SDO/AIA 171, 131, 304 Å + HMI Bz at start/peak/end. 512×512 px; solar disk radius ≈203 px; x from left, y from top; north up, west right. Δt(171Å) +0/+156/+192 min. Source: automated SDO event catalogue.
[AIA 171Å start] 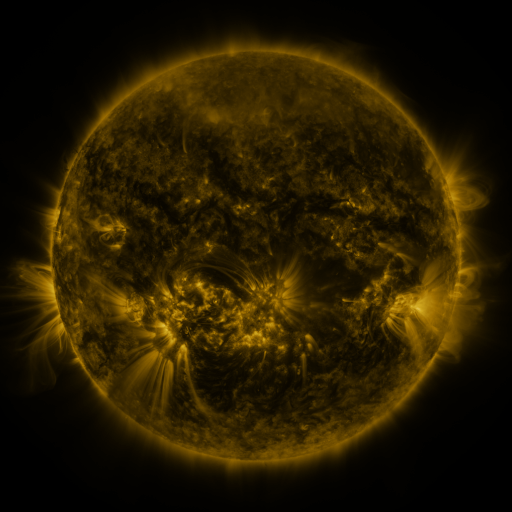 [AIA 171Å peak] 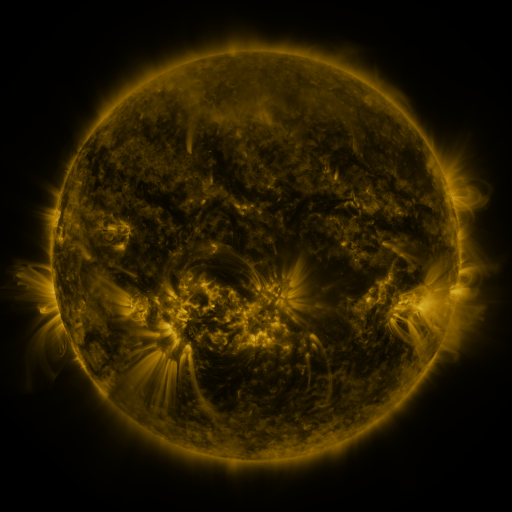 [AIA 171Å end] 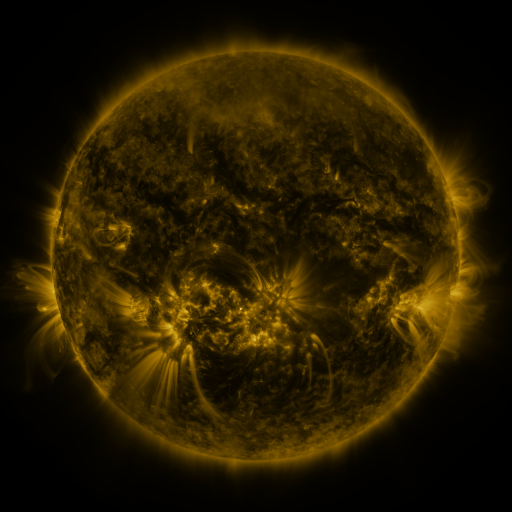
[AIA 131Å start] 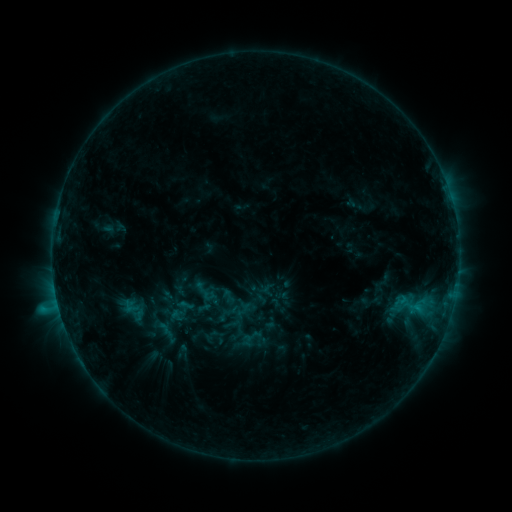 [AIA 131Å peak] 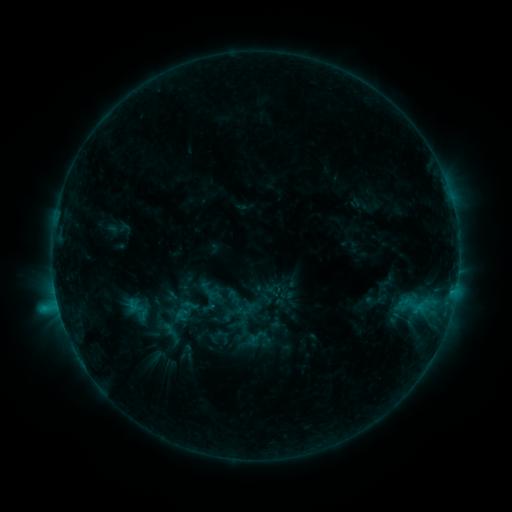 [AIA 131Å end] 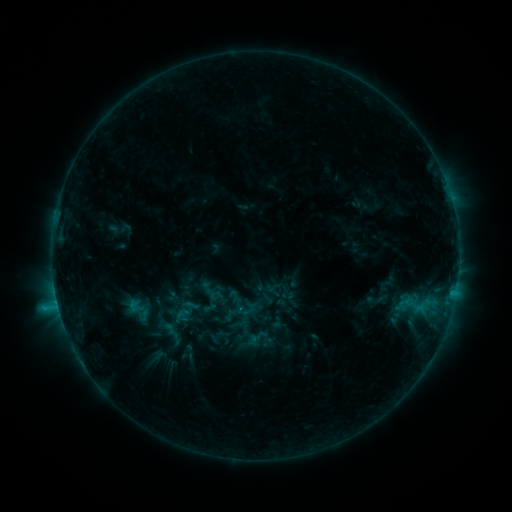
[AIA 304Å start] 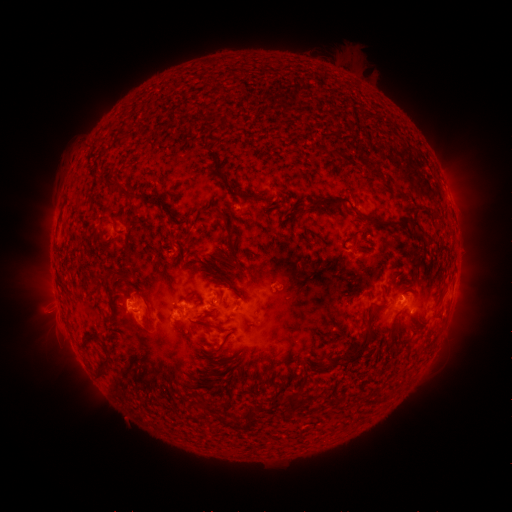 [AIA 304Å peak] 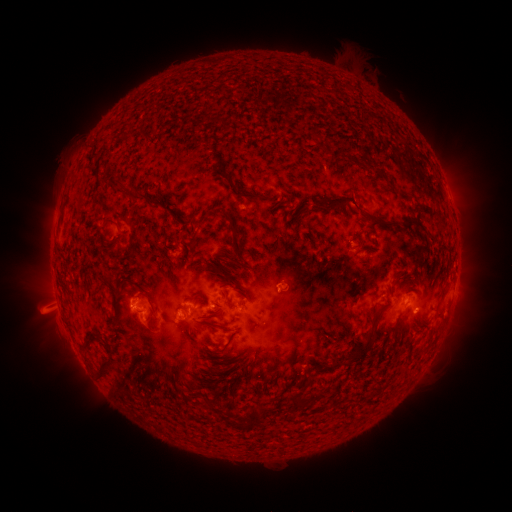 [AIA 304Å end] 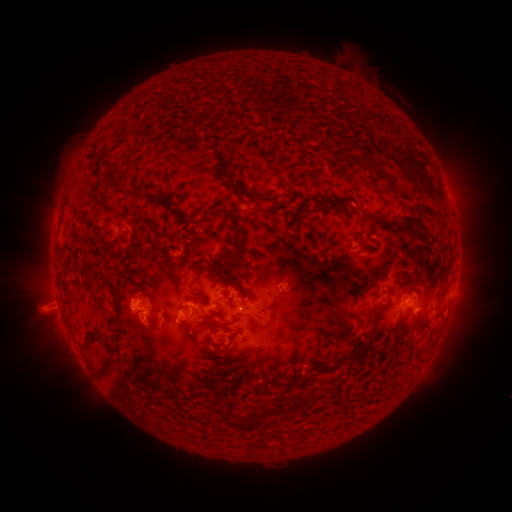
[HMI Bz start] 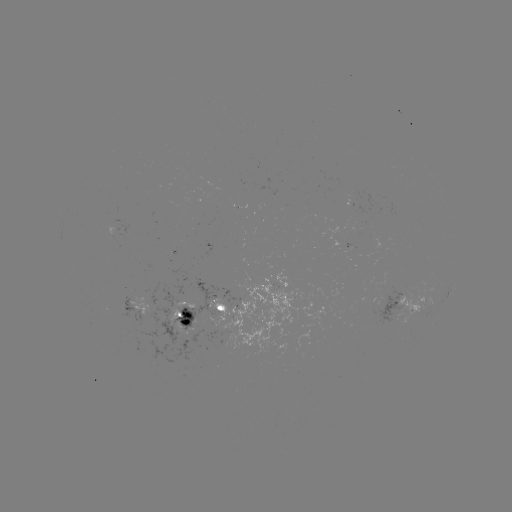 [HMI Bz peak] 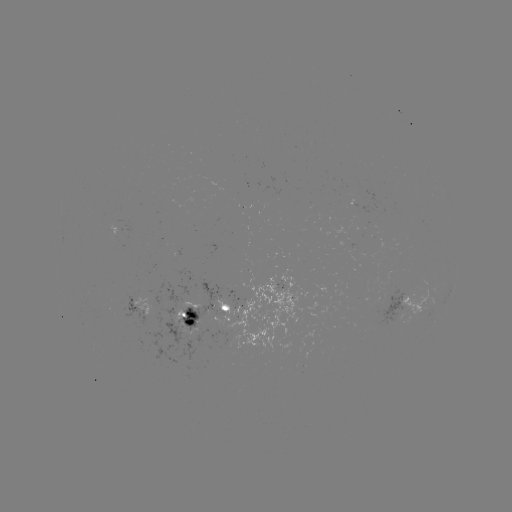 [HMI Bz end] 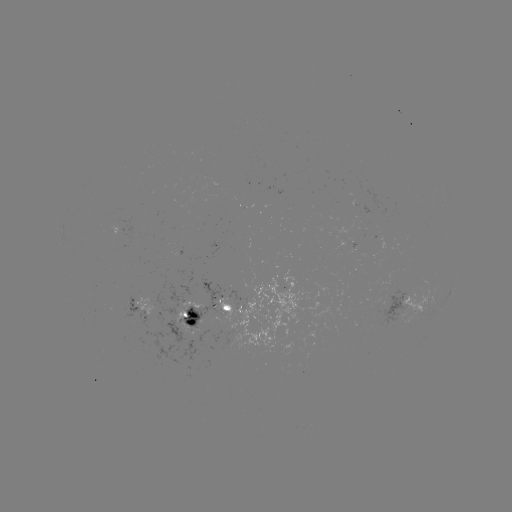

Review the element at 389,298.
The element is emerging-flux region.